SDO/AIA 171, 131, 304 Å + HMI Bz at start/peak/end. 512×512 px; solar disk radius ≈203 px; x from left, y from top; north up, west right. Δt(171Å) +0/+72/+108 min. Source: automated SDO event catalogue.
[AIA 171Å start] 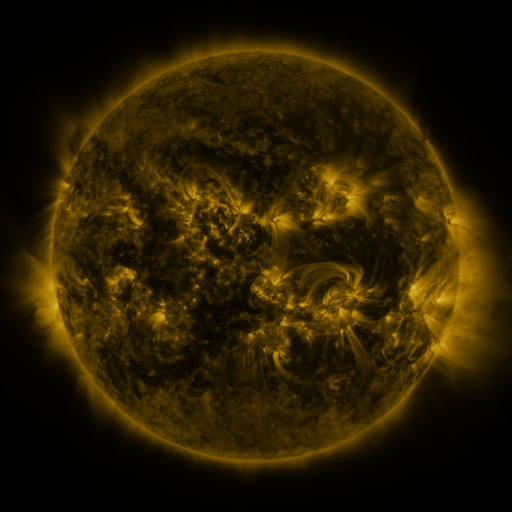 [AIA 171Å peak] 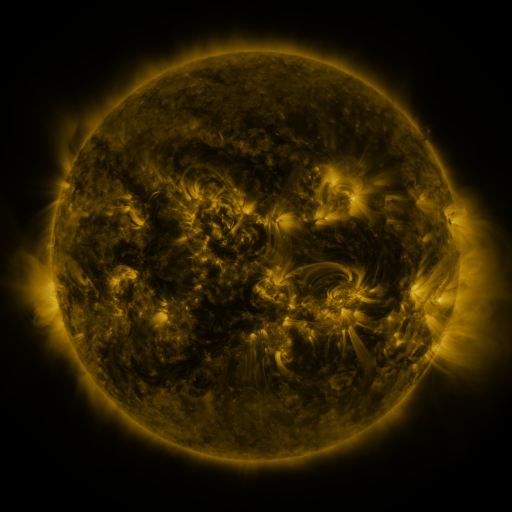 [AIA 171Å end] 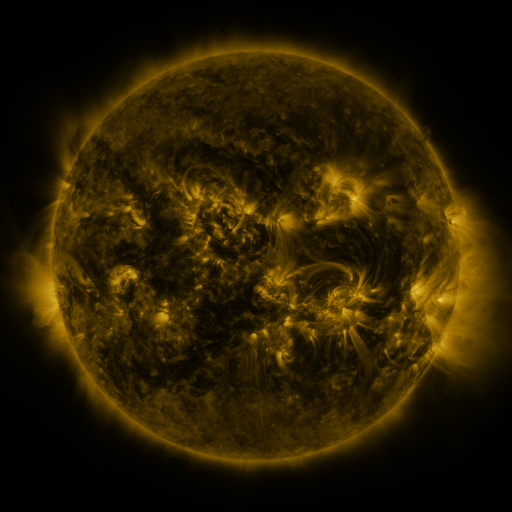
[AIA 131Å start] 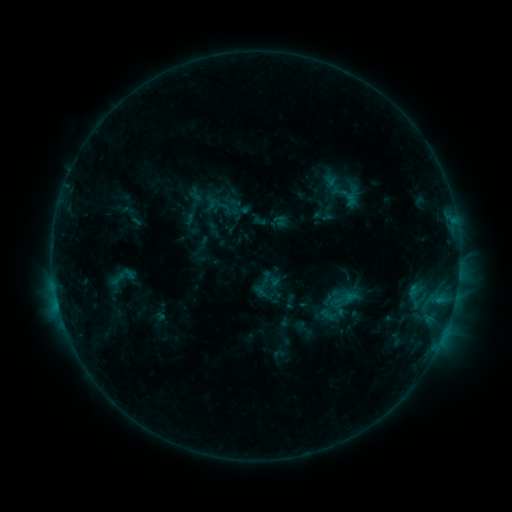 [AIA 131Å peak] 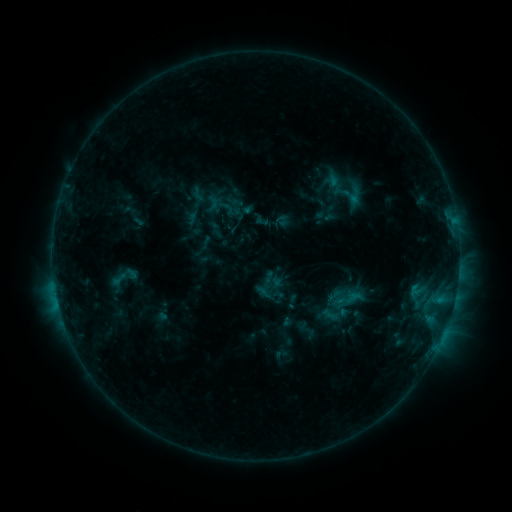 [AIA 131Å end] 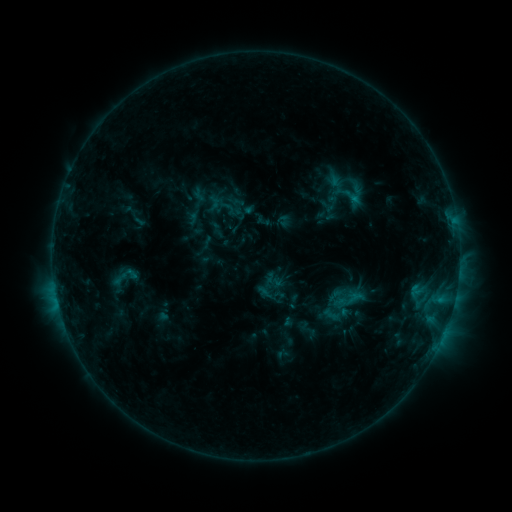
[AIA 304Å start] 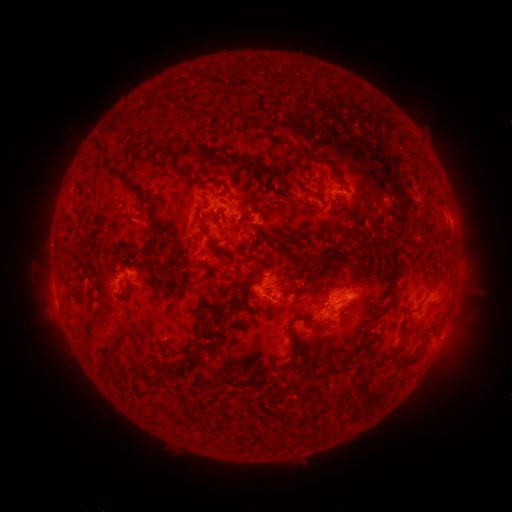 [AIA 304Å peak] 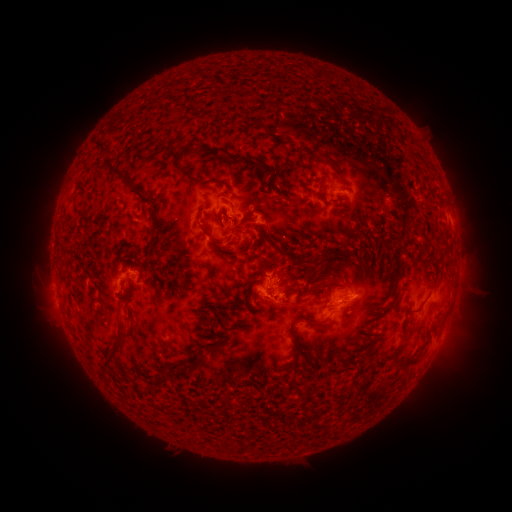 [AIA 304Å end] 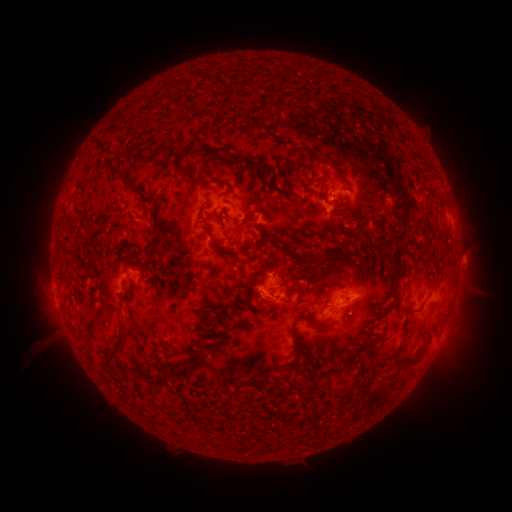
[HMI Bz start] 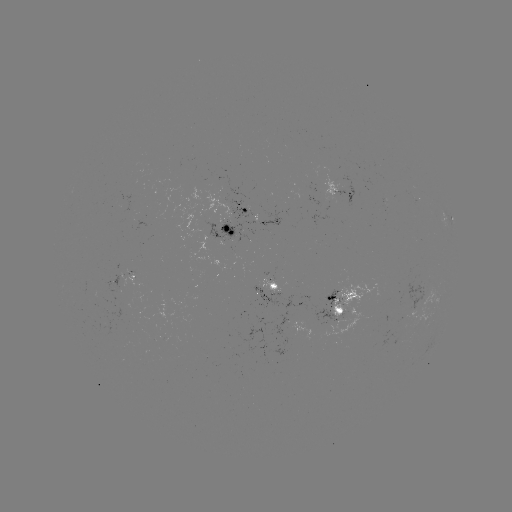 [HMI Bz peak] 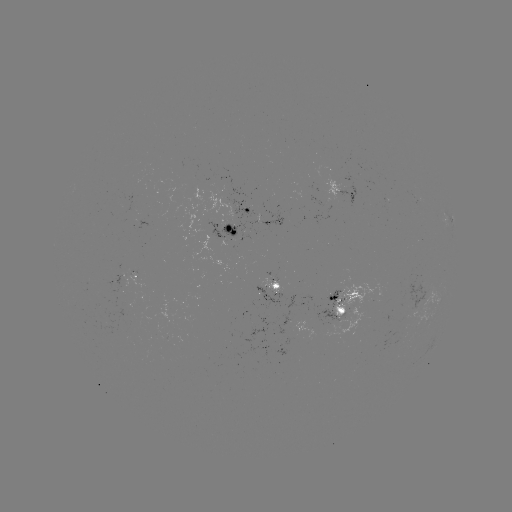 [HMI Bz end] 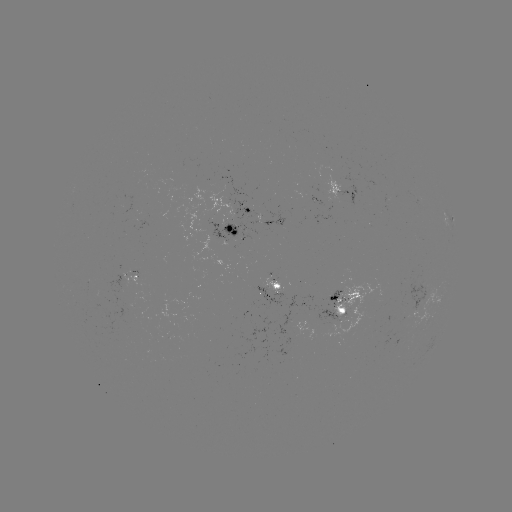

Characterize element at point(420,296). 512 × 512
emerging-flux region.